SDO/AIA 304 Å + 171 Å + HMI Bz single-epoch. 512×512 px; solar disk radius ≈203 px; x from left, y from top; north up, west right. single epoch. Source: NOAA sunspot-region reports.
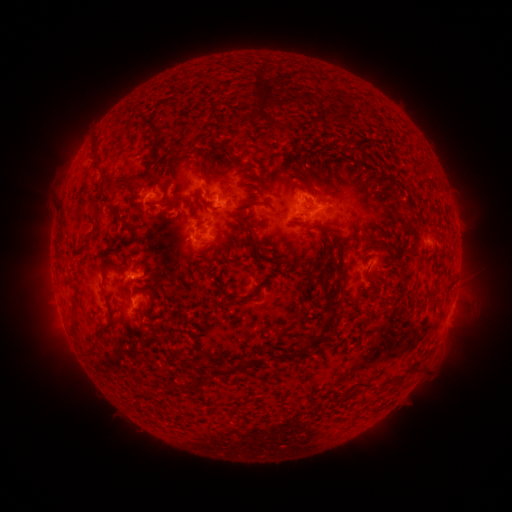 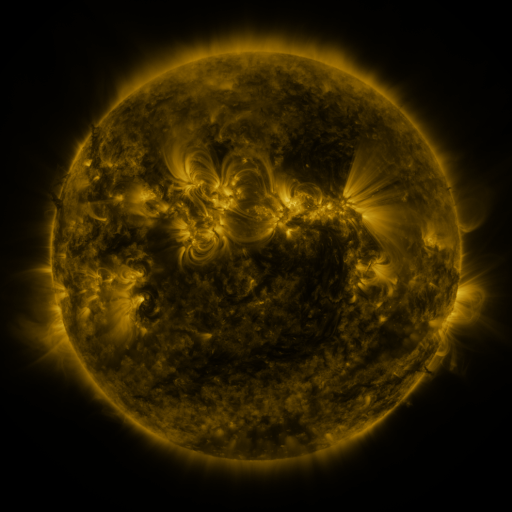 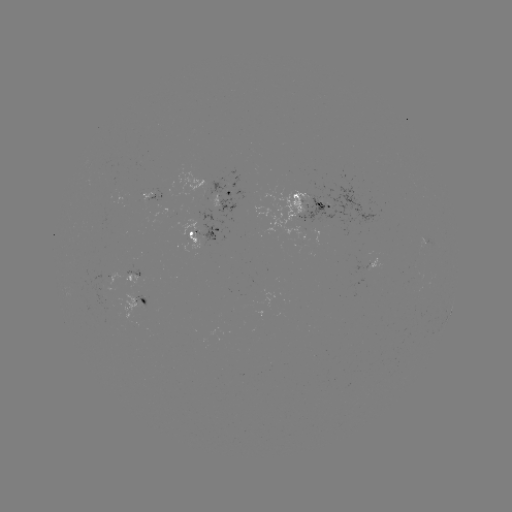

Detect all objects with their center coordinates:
spotted active region: (149, 197)
spotted active region: (222, 197)
spotted active region: (313, 203)
spotted active region: (206, 235)
spotted active region: (139, 274)
spotted active region: (139, 302)
spotted active region: (450, 312)
